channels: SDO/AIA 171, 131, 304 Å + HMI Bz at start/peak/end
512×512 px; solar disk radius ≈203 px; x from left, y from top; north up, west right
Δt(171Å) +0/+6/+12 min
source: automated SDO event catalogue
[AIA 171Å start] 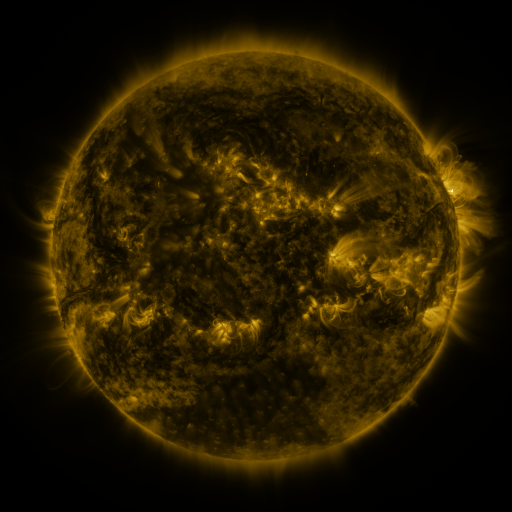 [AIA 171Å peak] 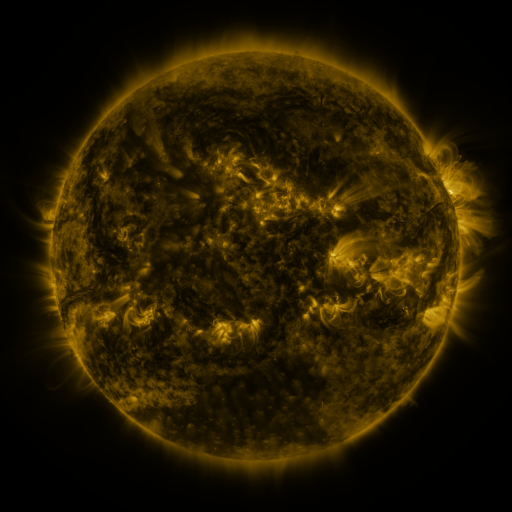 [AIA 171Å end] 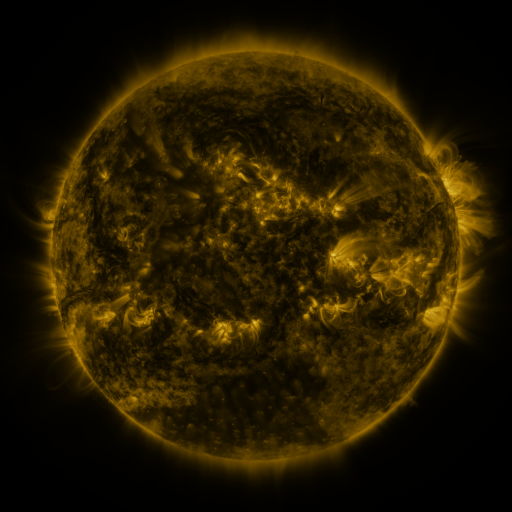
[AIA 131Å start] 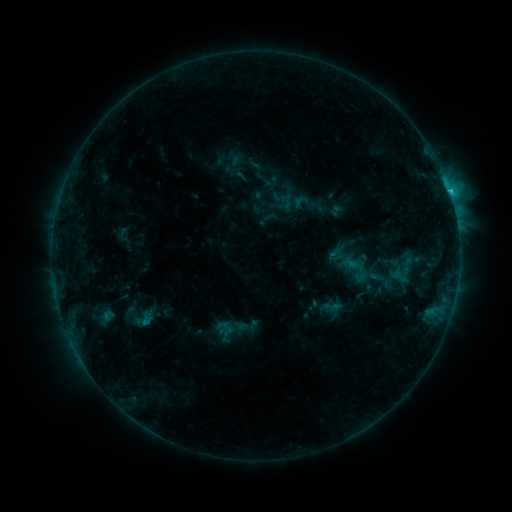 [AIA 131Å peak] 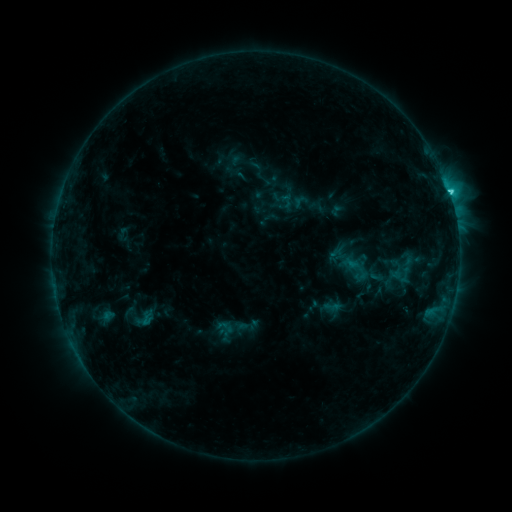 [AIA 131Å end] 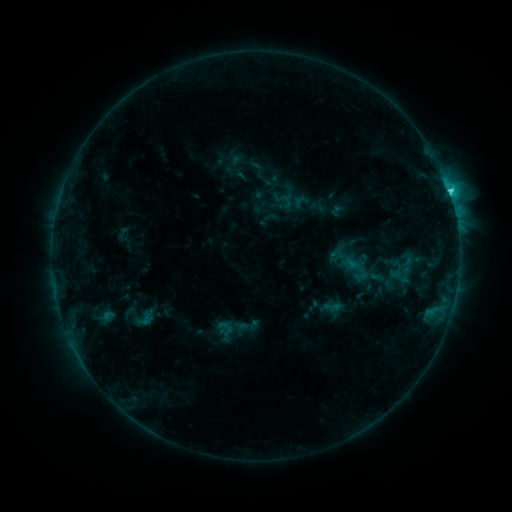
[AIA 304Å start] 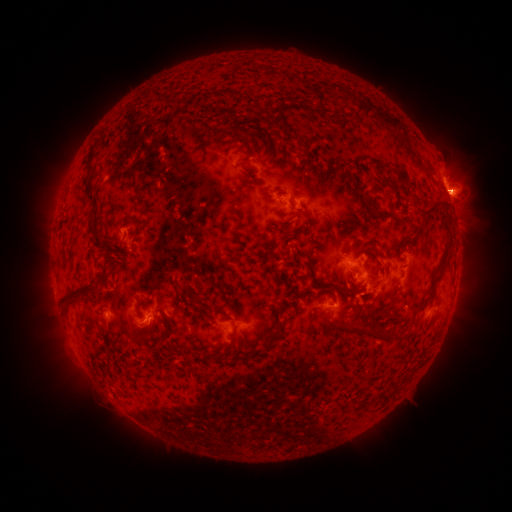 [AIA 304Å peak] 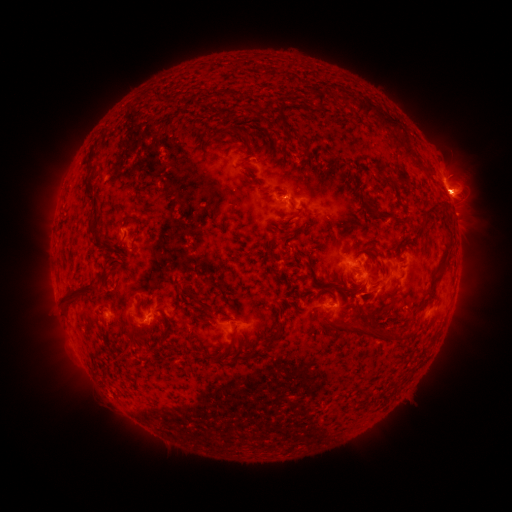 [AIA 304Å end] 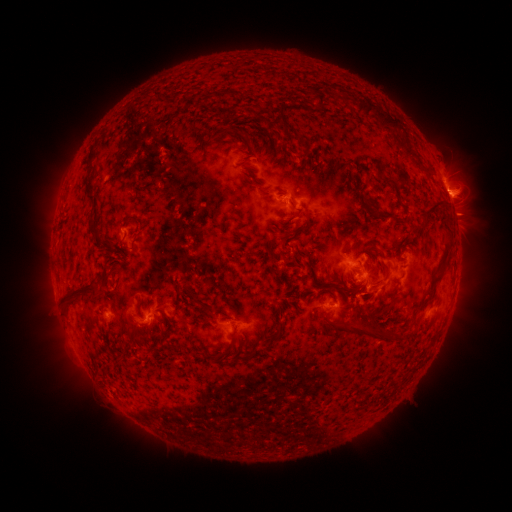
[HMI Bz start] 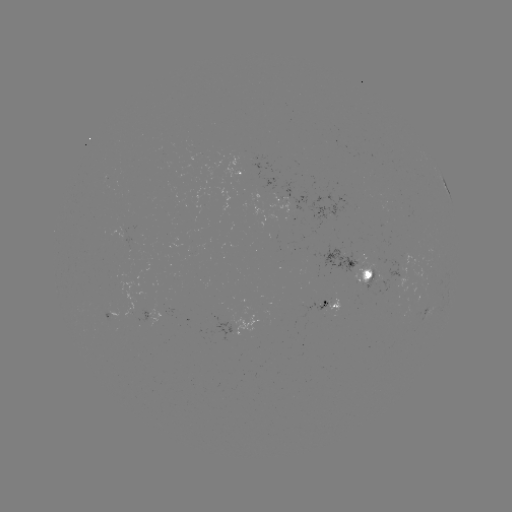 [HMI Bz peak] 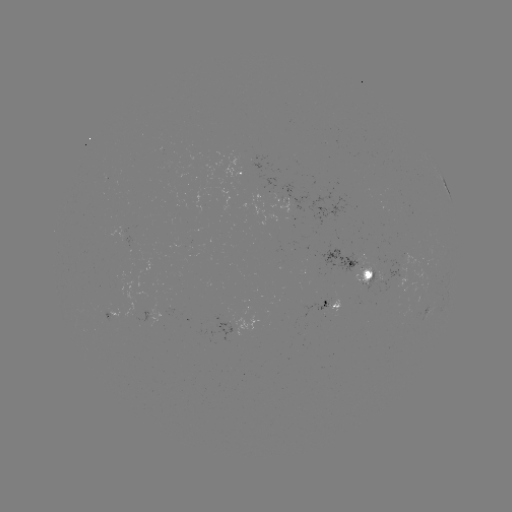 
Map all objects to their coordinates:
C3.2 flare: (446, 192)
